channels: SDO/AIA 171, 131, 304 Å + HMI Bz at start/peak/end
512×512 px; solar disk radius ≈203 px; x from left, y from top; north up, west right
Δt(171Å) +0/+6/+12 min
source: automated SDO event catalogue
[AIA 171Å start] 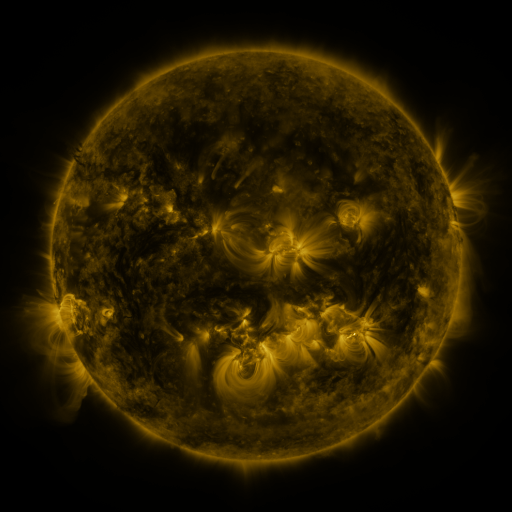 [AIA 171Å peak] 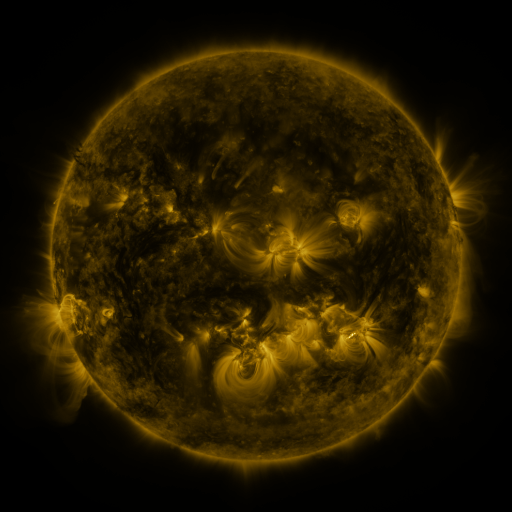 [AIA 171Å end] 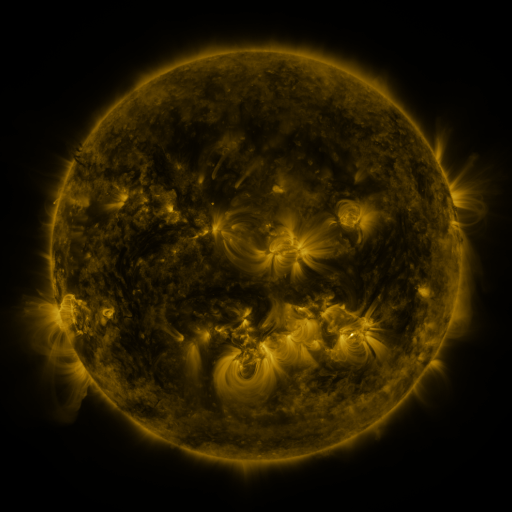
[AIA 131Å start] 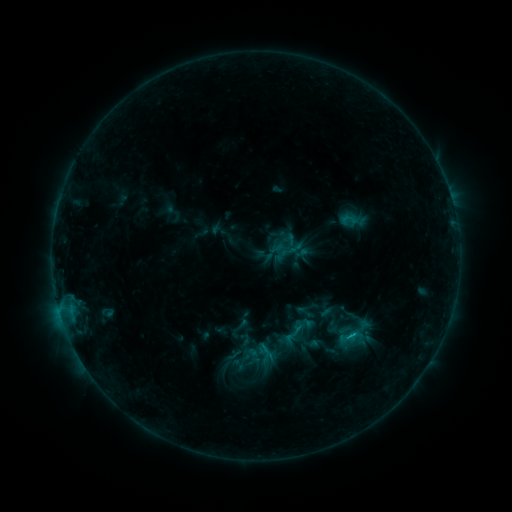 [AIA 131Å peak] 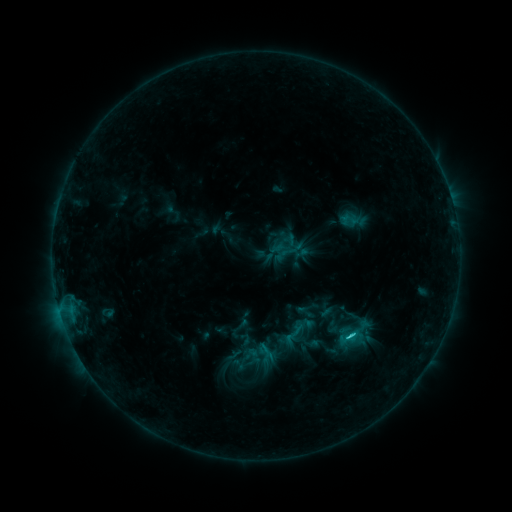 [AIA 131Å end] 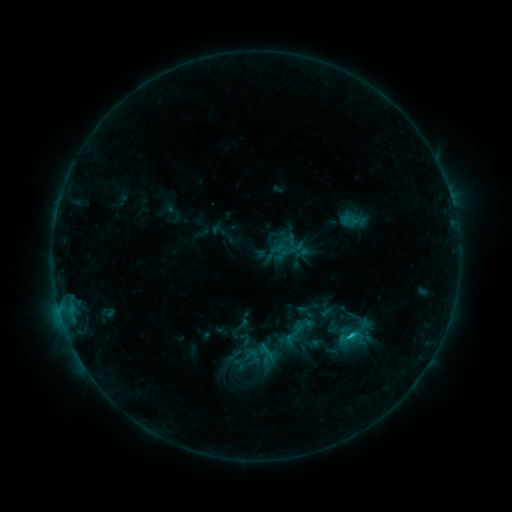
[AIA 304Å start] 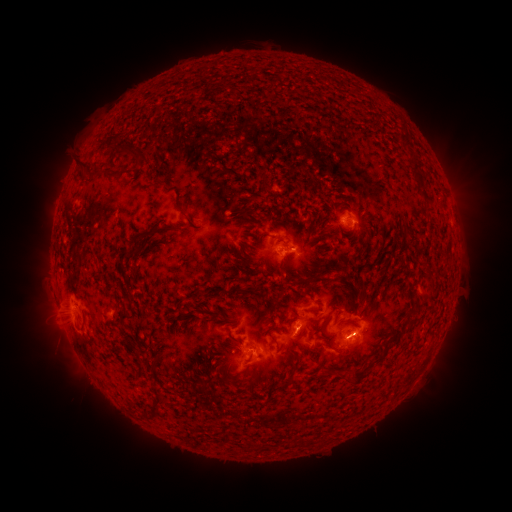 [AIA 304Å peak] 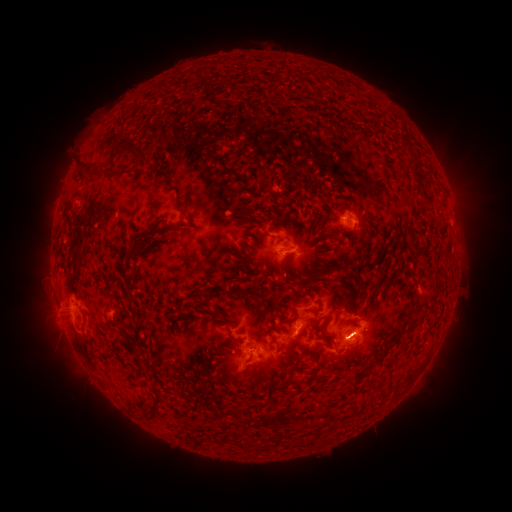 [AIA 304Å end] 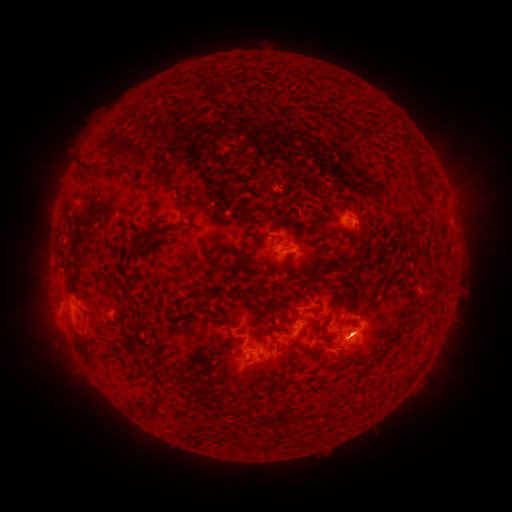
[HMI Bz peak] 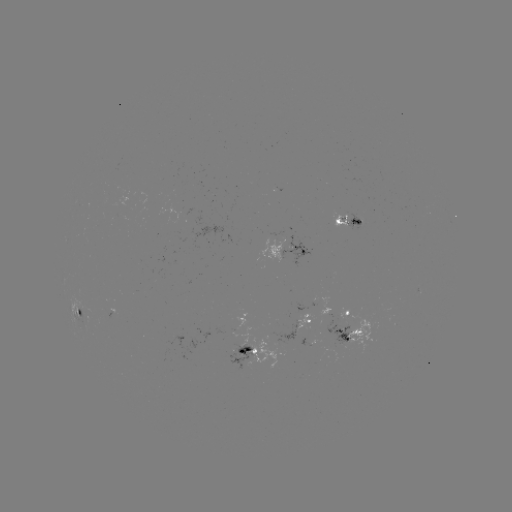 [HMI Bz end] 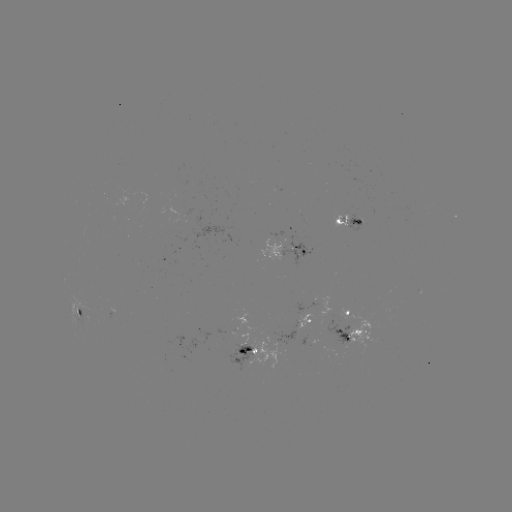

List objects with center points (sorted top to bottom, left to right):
C1.6 flare: (348, 334)
